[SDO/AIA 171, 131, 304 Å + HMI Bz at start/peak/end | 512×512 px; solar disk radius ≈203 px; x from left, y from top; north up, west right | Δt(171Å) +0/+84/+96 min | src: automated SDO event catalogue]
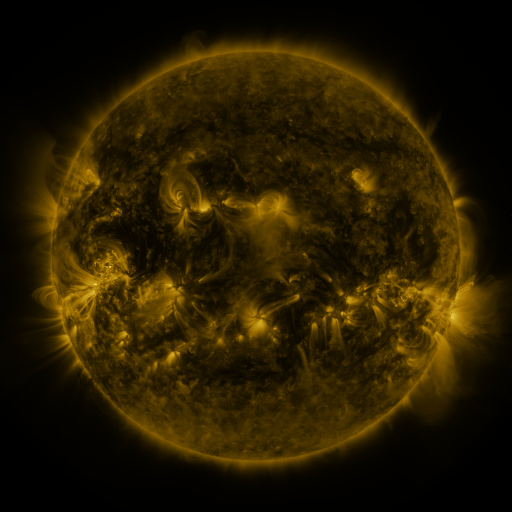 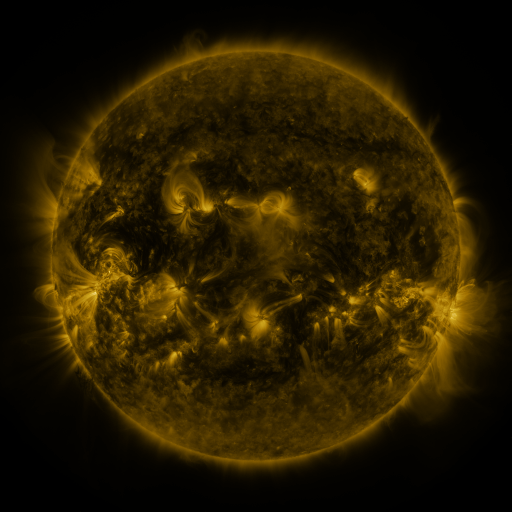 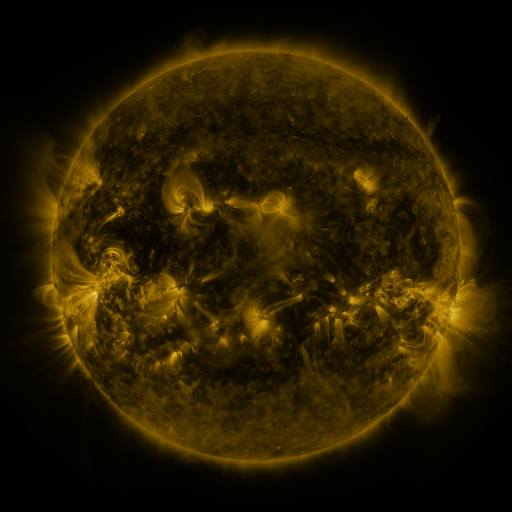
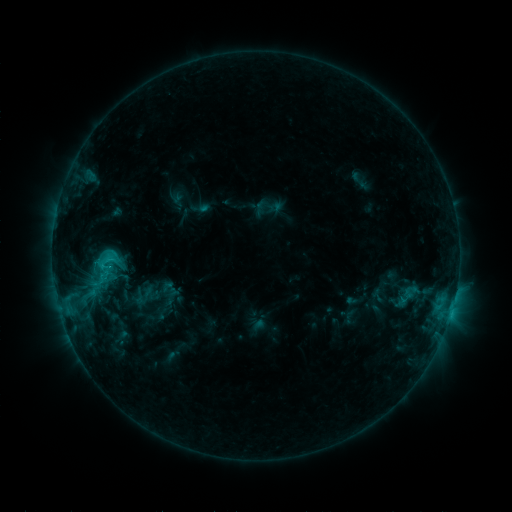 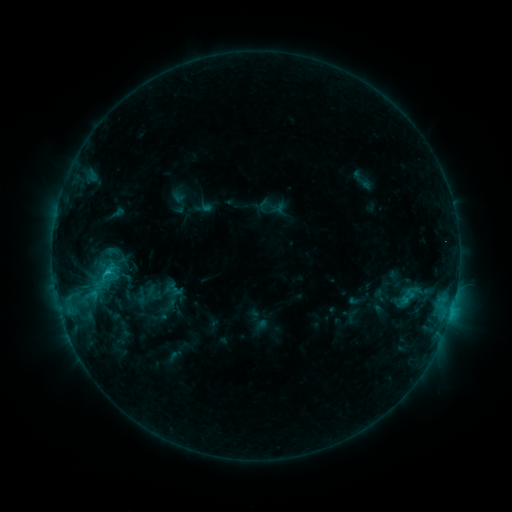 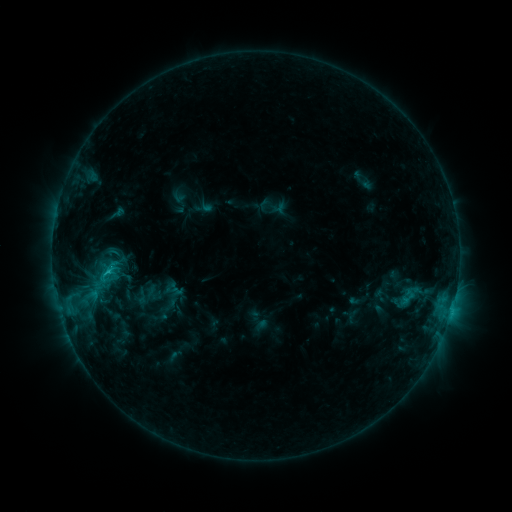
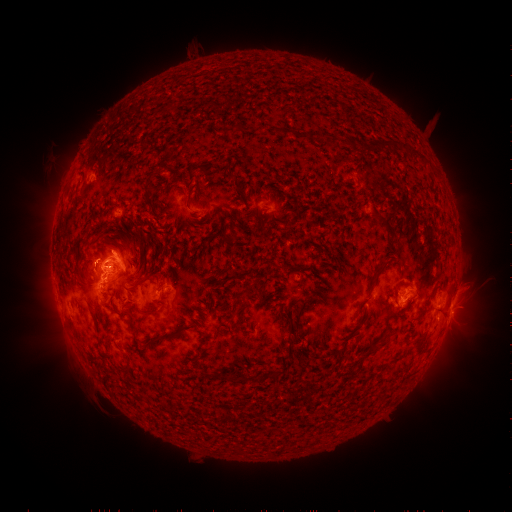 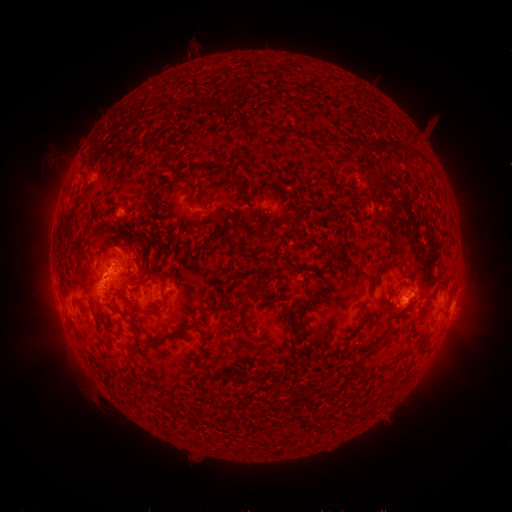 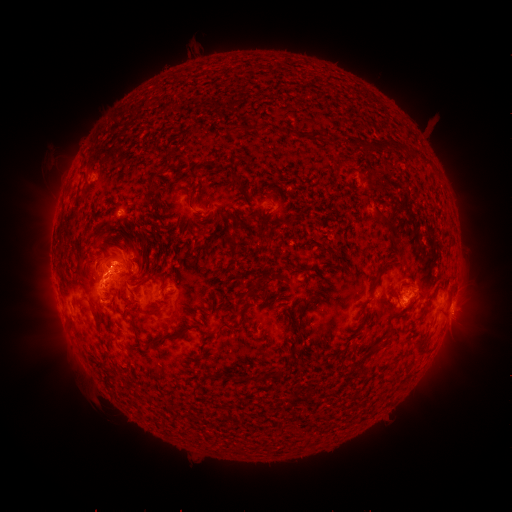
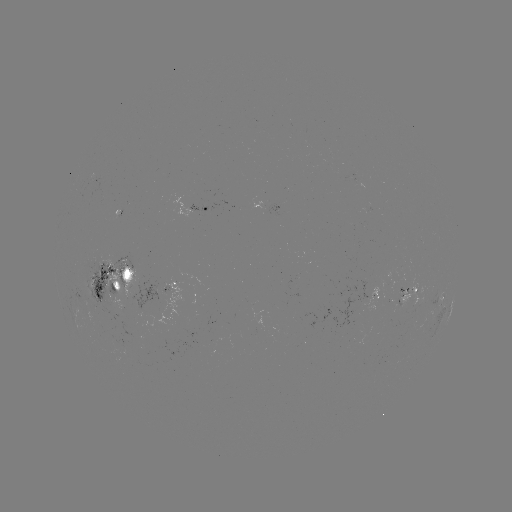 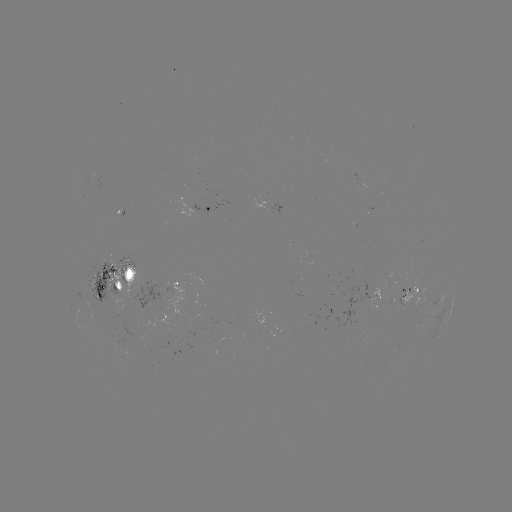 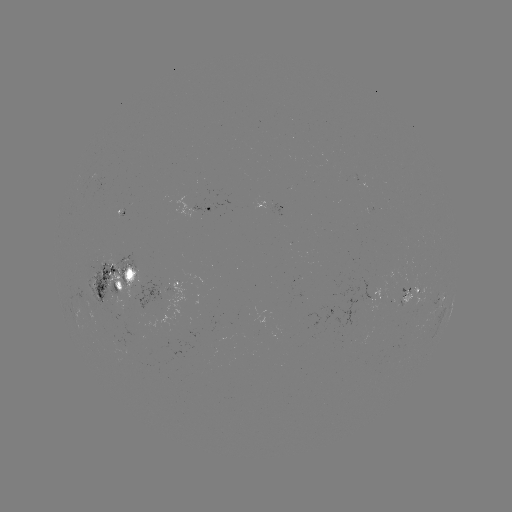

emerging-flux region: (172, 324, 199, 337)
